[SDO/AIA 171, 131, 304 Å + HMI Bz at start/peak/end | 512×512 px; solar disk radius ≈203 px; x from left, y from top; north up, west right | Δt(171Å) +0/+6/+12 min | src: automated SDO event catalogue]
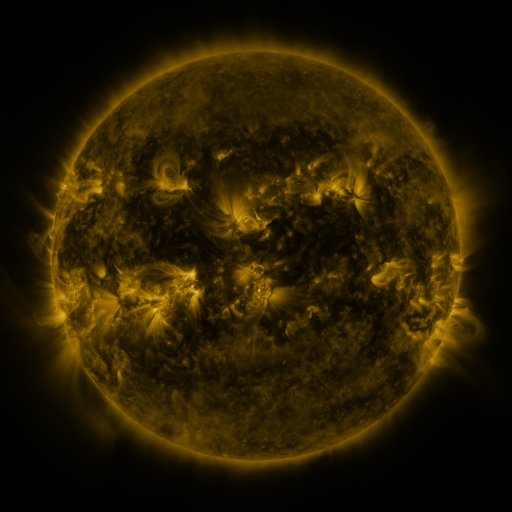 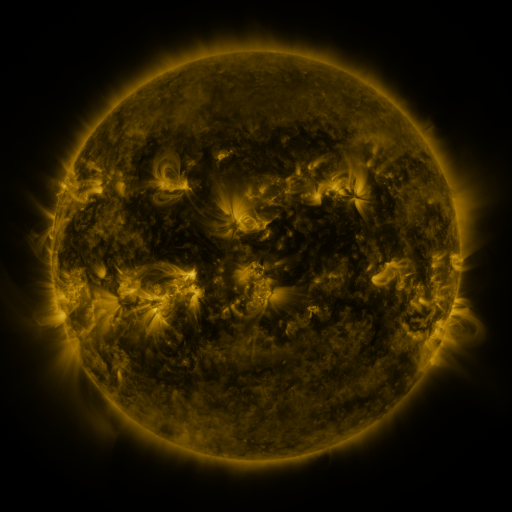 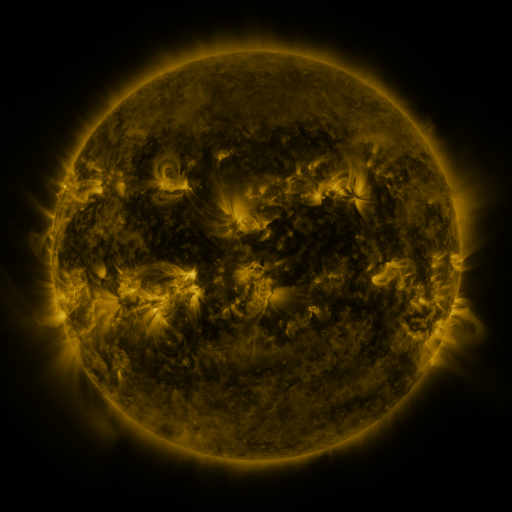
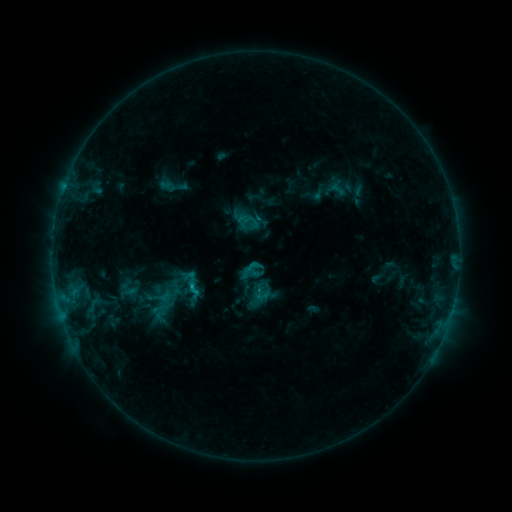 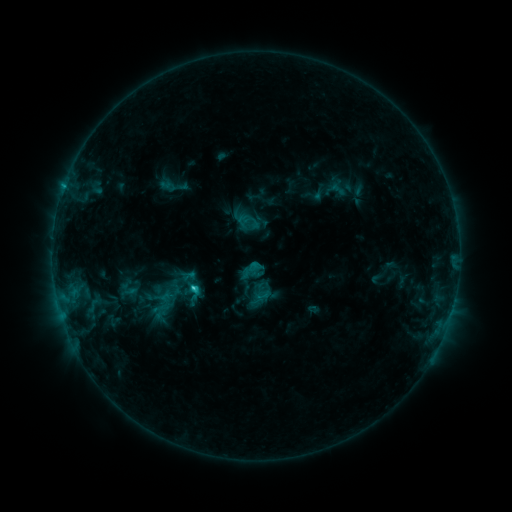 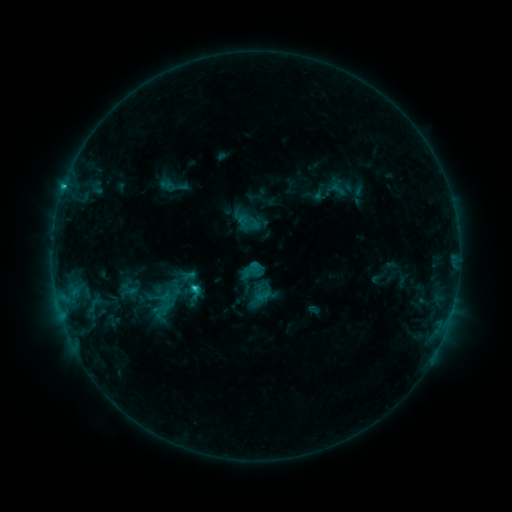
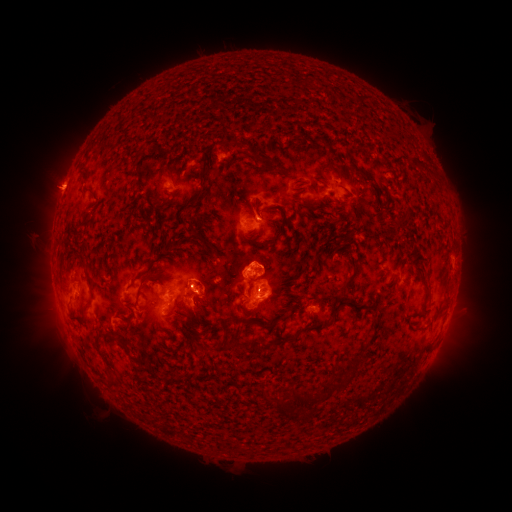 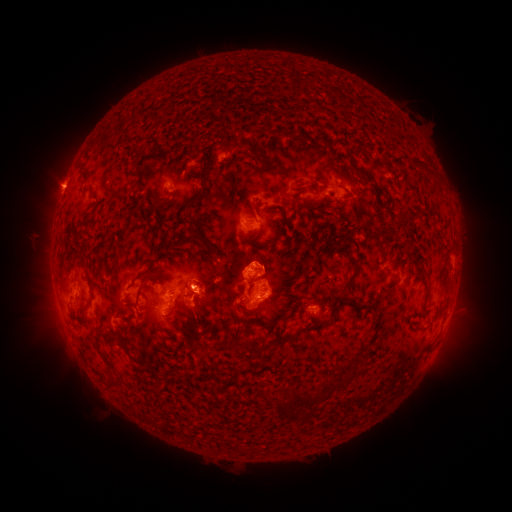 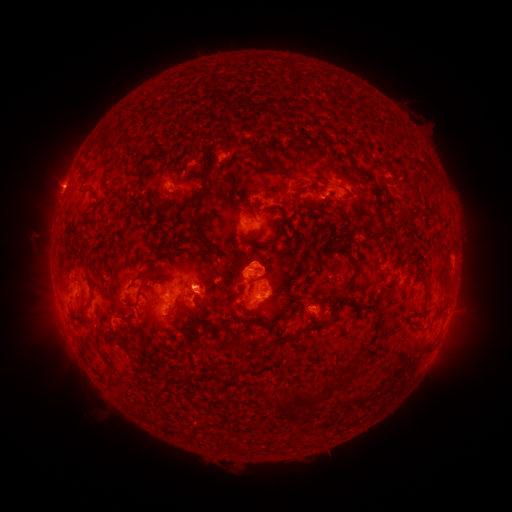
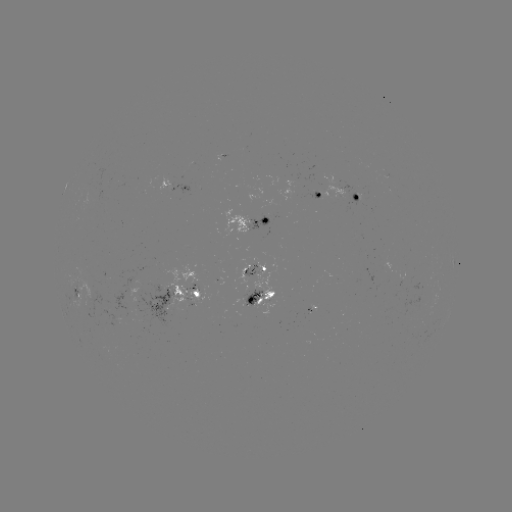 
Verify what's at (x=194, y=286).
C1.9 flare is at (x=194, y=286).